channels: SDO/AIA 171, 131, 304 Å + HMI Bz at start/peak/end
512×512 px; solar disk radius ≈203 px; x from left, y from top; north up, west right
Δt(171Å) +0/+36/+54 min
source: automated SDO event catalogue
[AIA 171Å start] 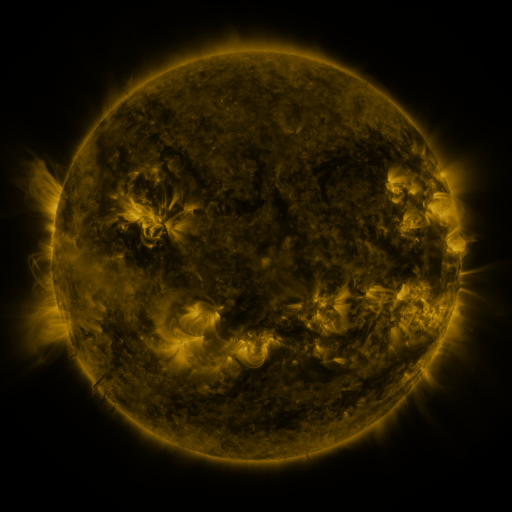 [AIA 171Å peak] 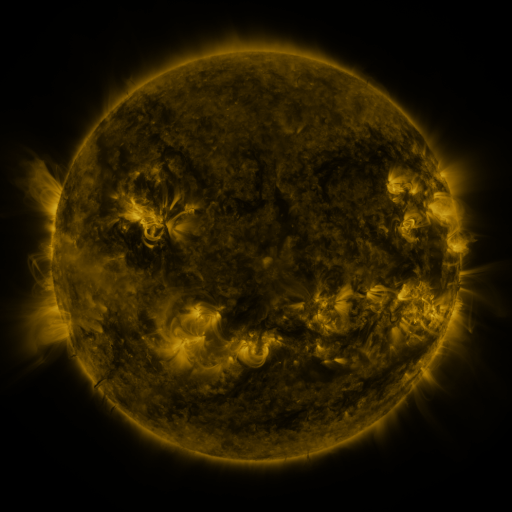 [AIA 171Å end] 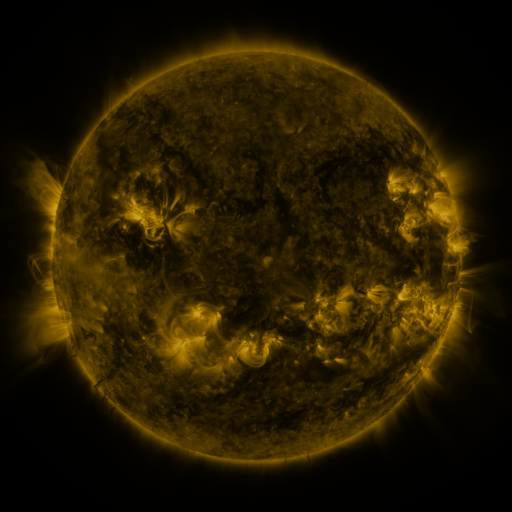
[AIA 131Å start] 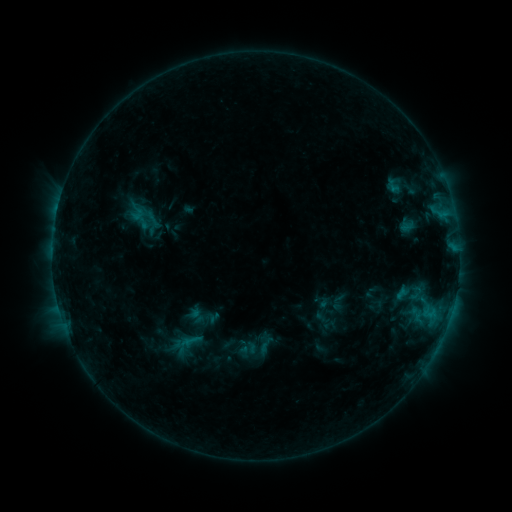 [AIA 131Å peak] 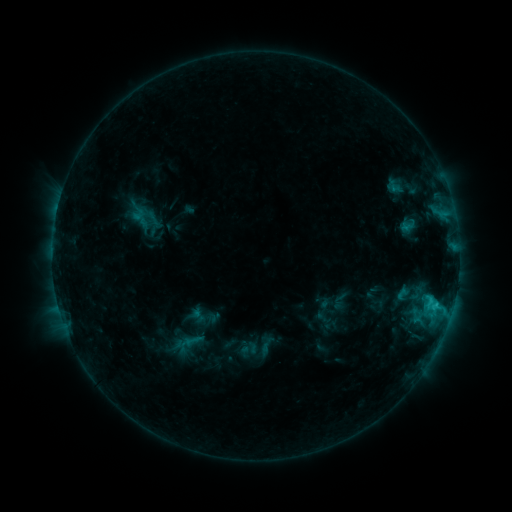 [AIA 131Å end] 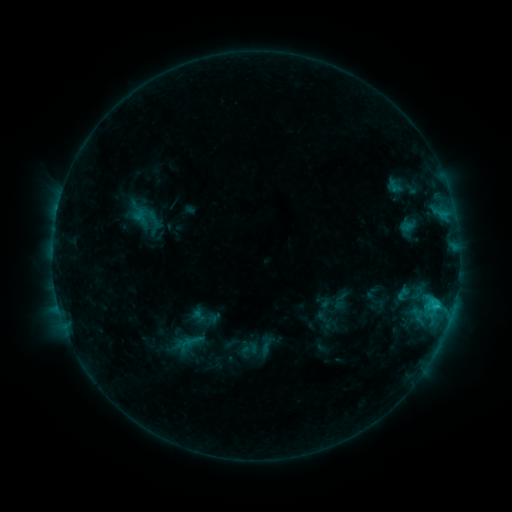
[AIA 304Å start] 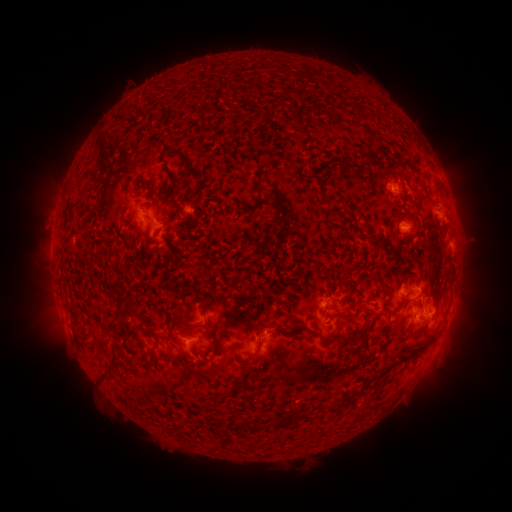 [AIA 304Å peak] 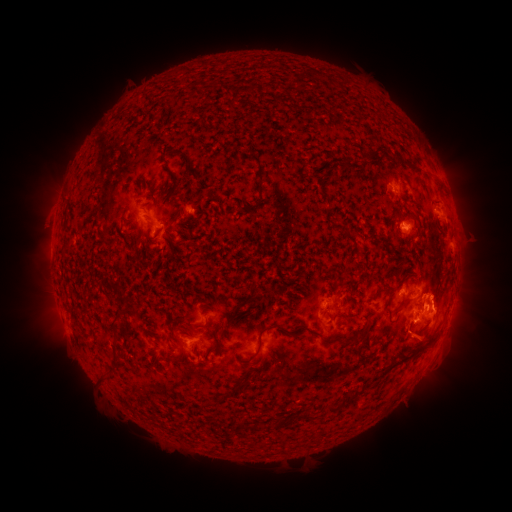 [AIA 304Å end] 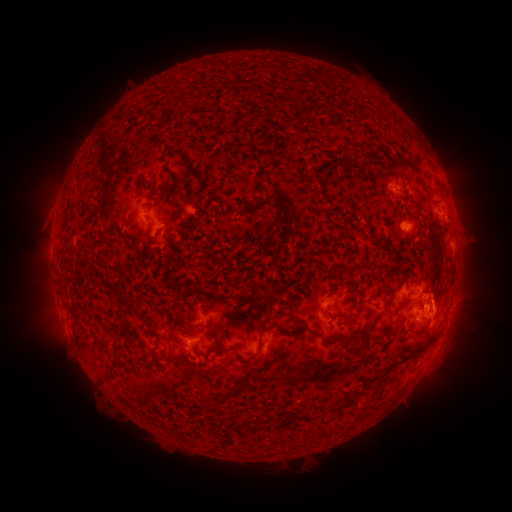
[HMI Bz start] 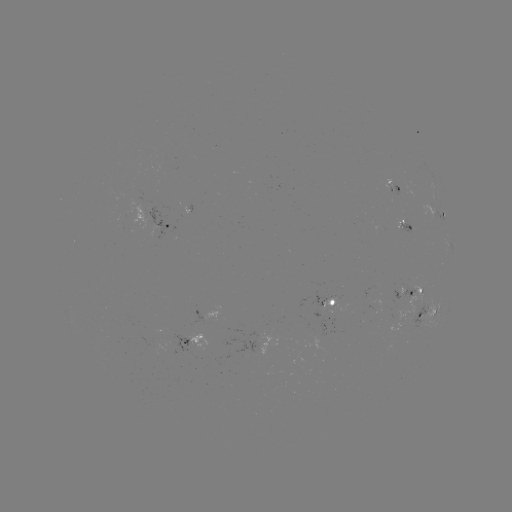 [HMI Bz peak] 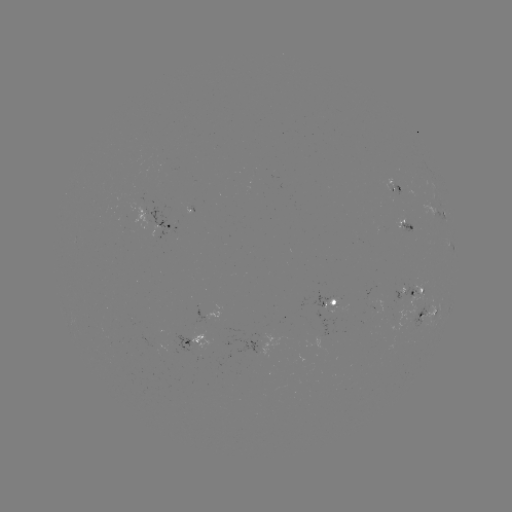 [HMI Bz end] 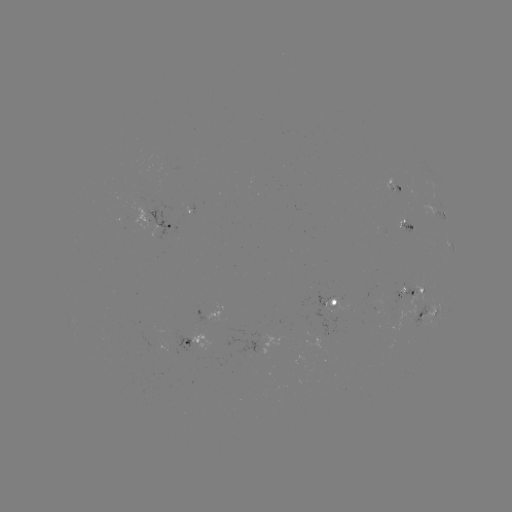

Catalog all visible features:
C1.9 flare: (435, 305)
